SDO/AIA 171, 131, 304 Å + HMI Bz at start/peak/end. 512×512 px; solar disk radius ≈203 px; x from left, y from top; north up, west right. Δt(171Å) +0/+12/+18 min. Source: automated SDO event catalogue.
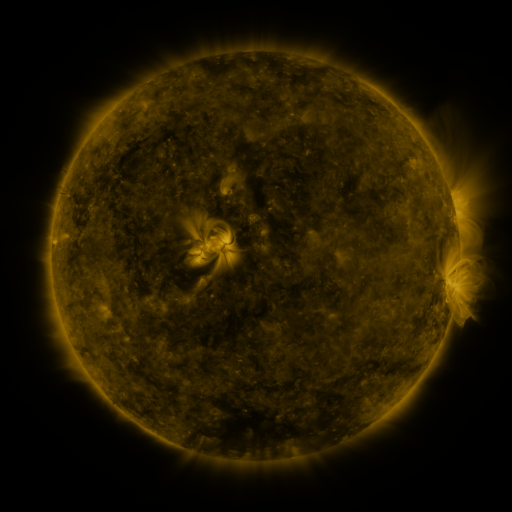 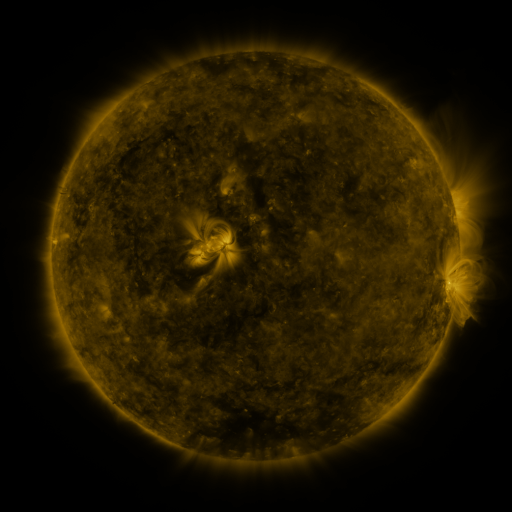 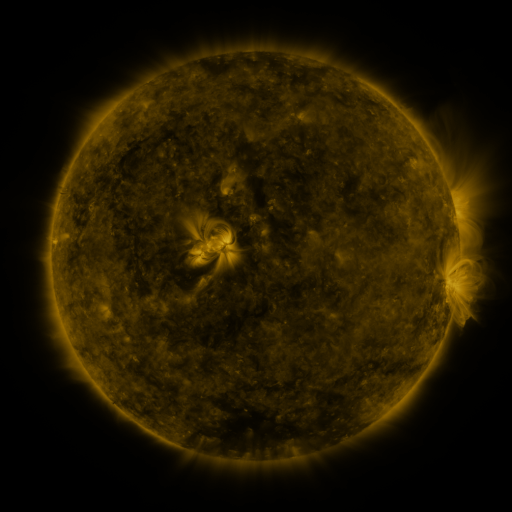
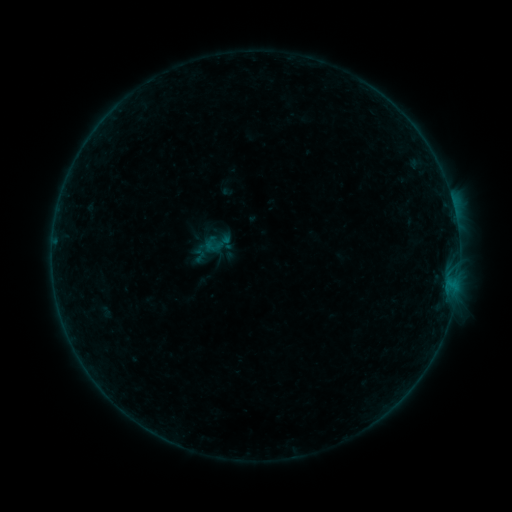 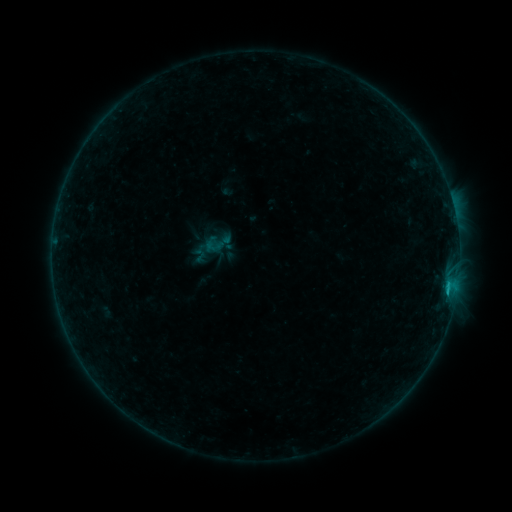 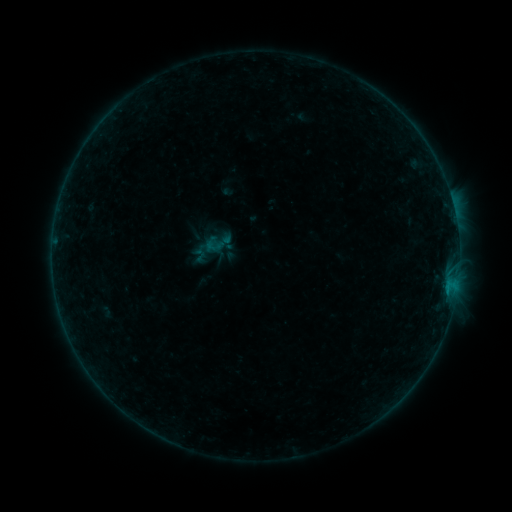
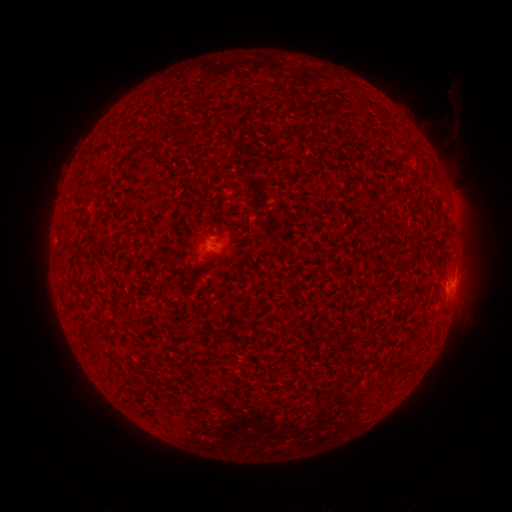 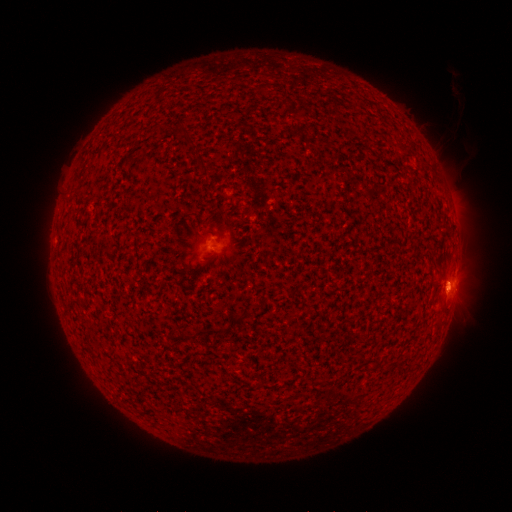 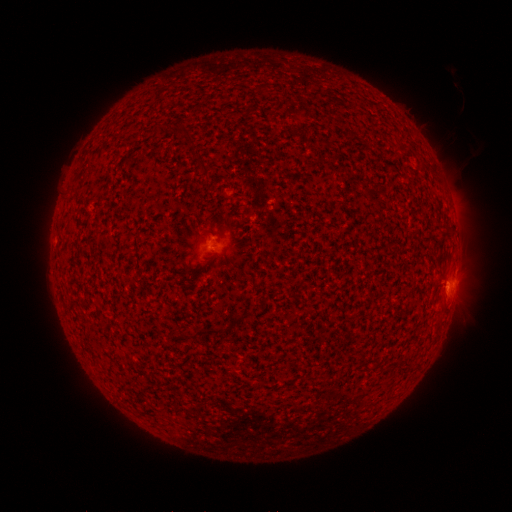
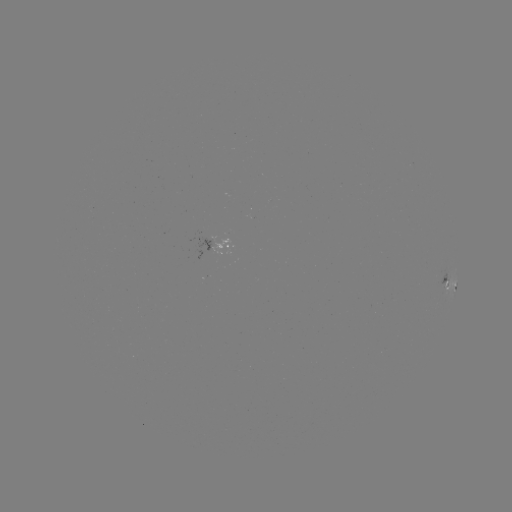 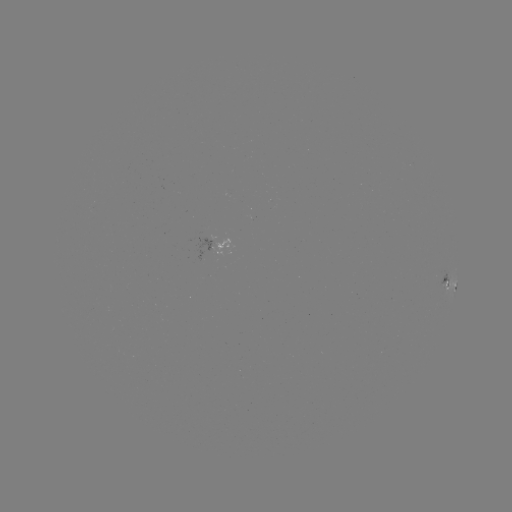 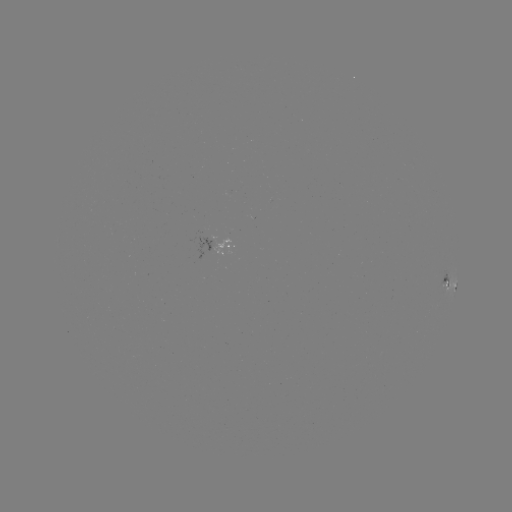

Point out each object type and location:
B4.8 flare: (447, 284)
